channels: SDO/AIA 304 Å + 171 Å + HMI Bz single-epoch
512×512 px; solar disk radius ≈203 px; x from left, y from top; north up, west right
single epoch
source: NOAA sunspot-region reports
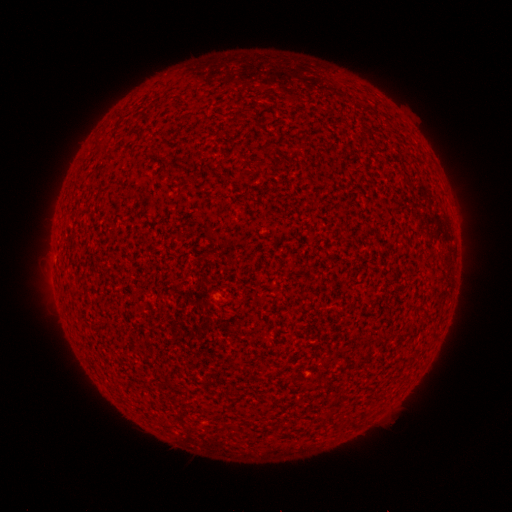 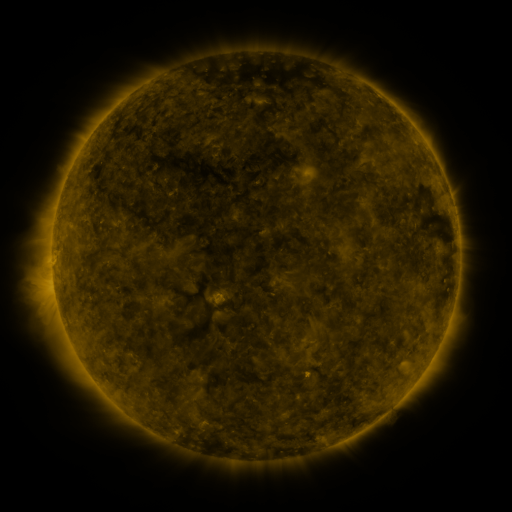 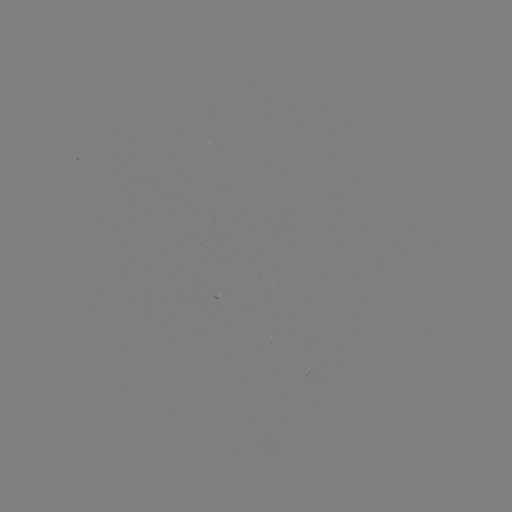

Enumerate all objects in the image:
(none)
